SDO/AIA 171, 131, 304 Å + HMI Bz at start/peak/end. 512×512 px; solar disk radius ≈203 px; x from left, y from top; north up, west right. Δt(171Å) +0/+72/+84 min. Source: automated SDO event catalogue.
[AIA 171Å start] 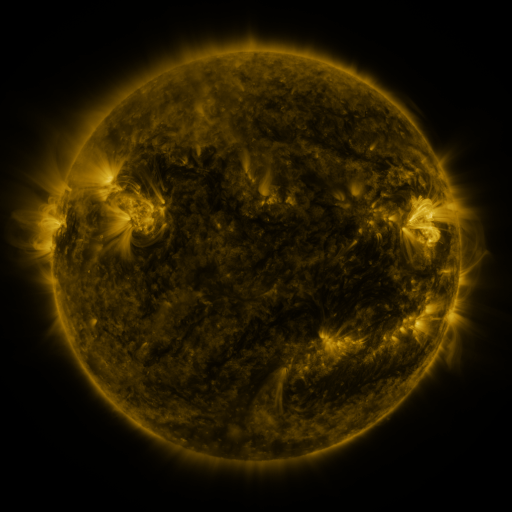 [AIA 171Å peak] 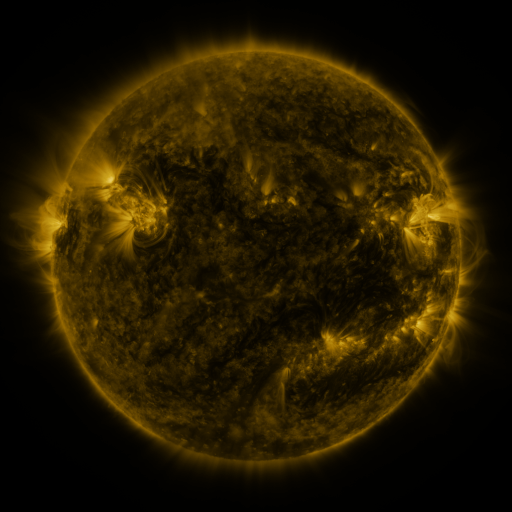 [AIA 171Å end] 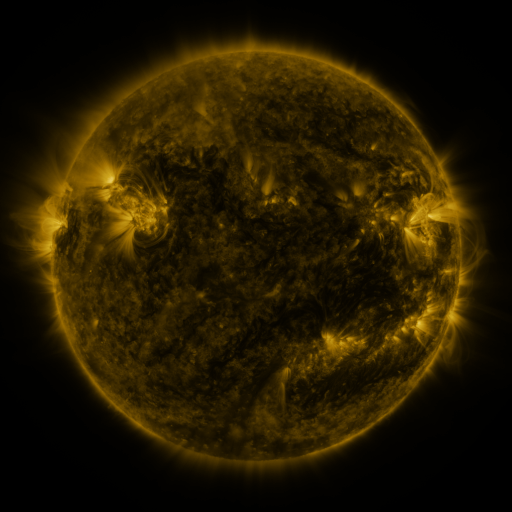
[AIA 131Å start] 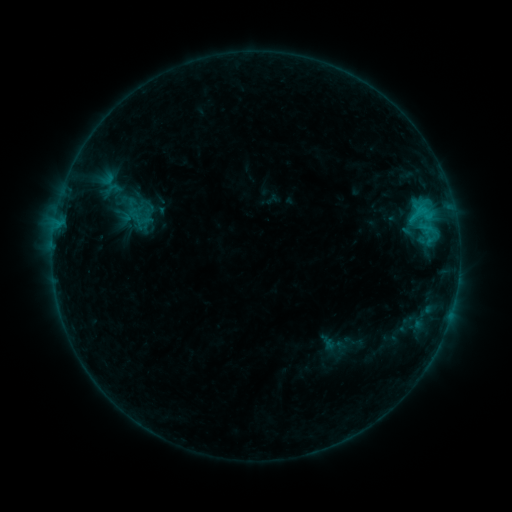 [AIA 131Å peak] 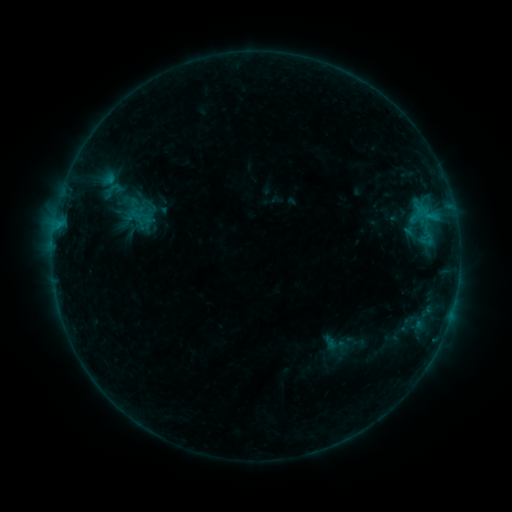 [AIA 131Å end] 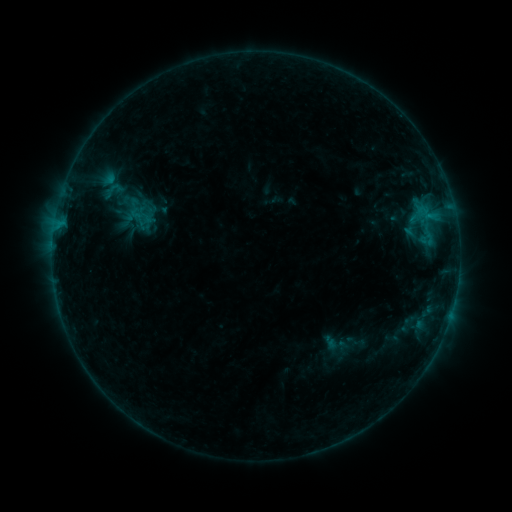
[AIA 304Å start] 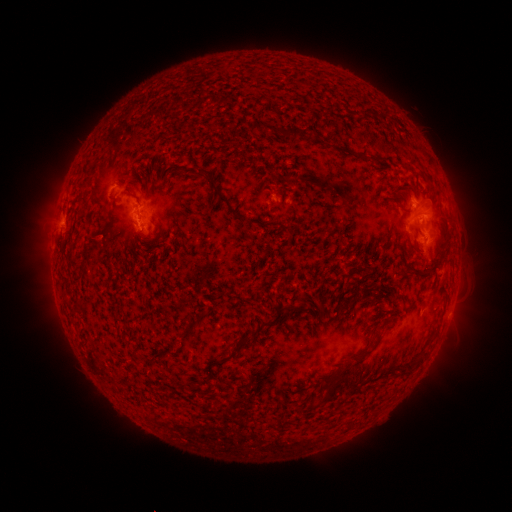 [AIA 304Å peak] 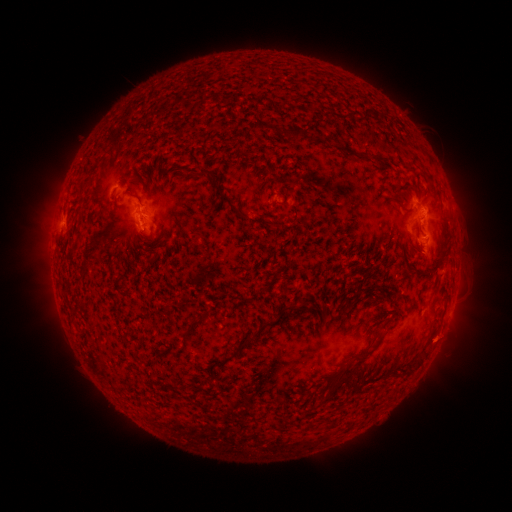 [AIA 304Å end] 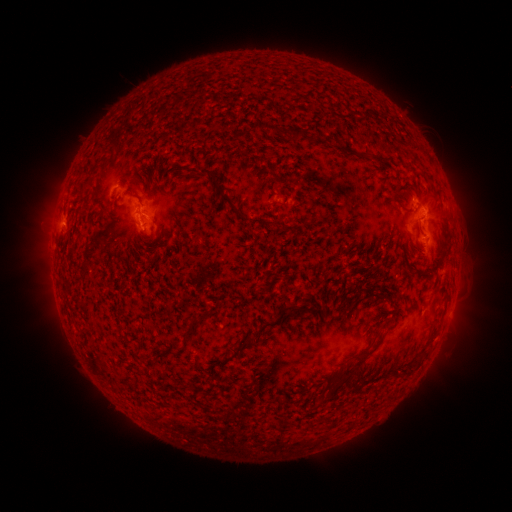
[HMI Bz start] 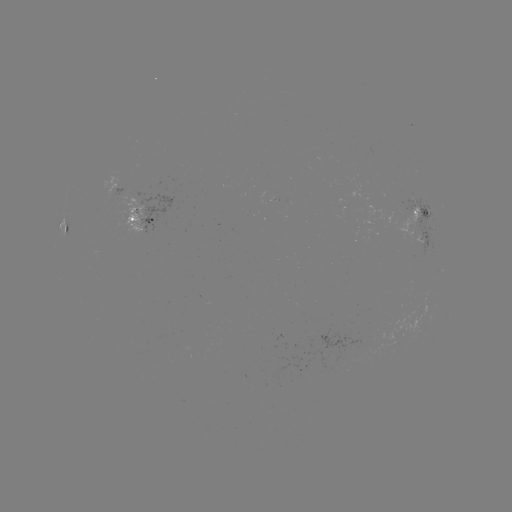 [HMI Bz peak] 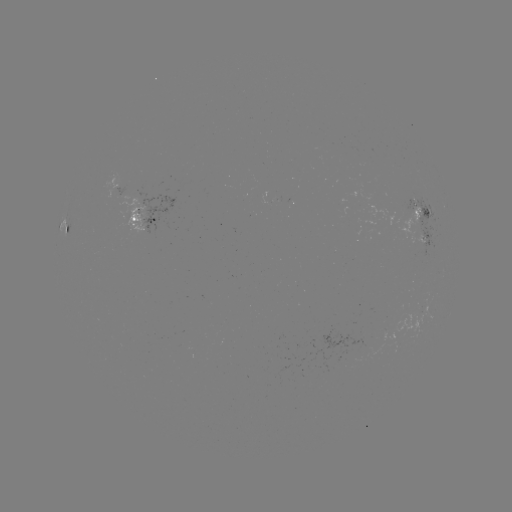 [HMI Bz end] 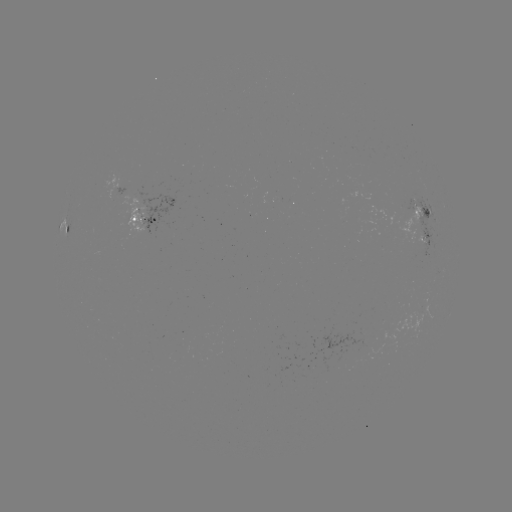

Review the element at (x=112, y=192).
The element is emerging-flux region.